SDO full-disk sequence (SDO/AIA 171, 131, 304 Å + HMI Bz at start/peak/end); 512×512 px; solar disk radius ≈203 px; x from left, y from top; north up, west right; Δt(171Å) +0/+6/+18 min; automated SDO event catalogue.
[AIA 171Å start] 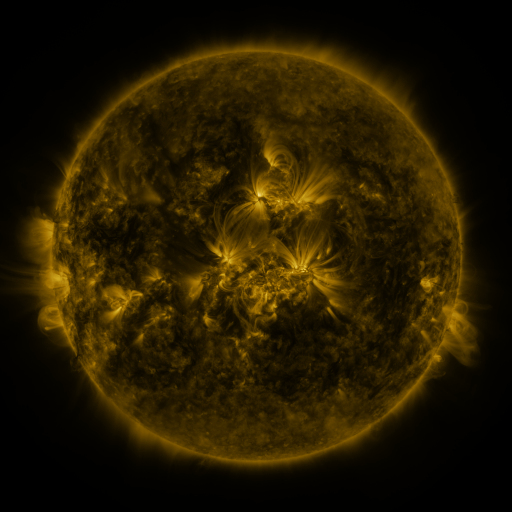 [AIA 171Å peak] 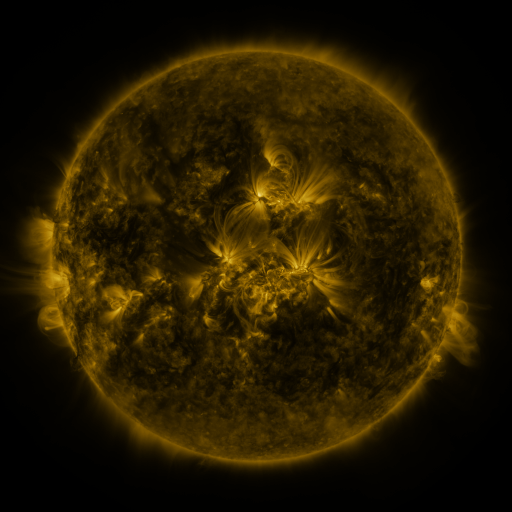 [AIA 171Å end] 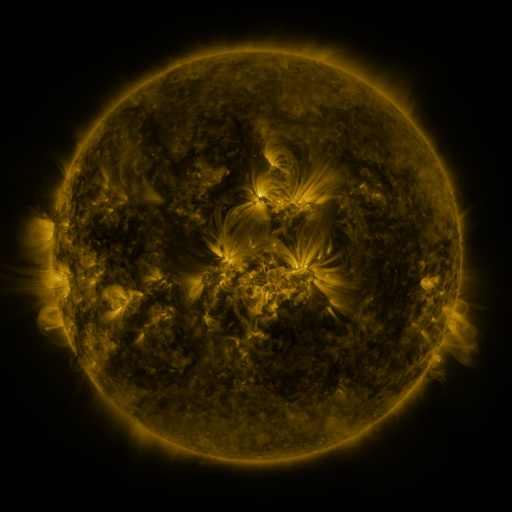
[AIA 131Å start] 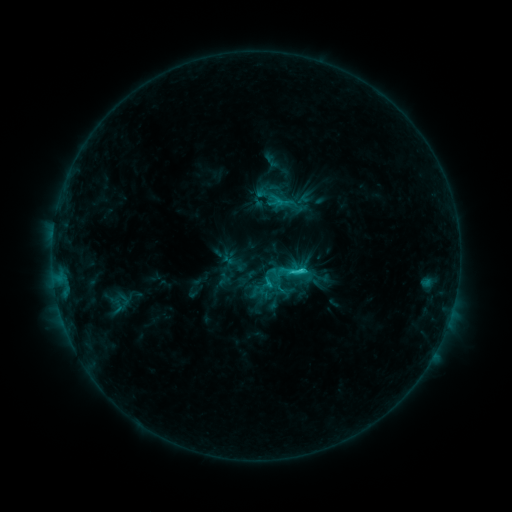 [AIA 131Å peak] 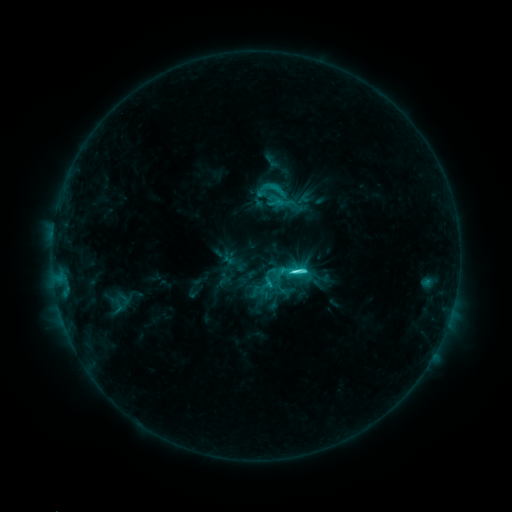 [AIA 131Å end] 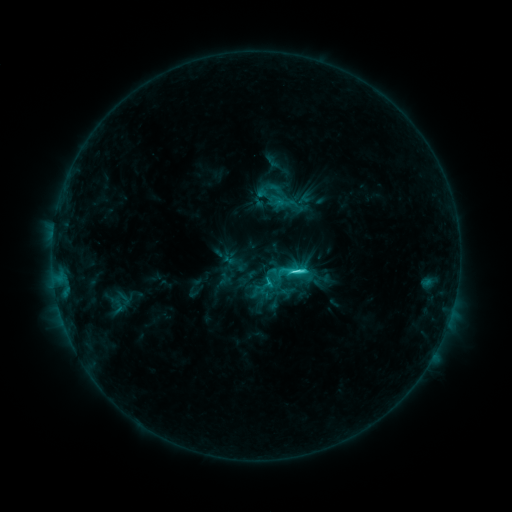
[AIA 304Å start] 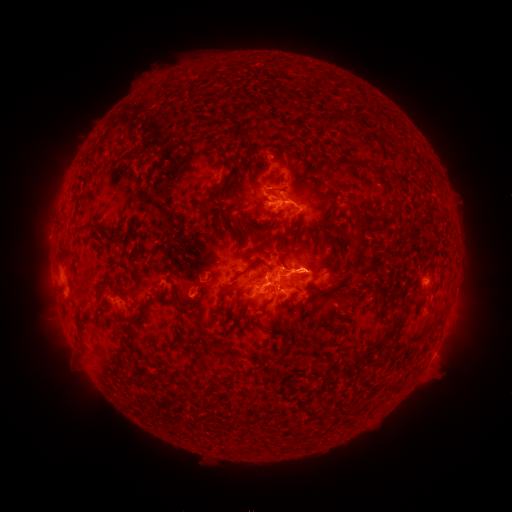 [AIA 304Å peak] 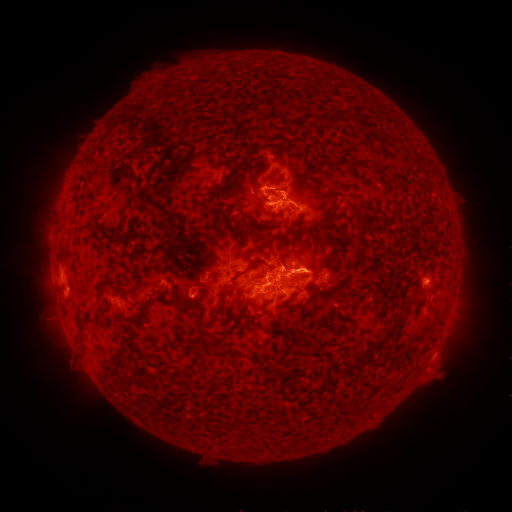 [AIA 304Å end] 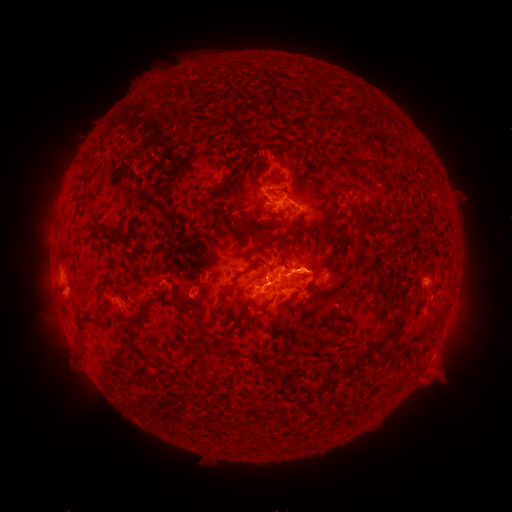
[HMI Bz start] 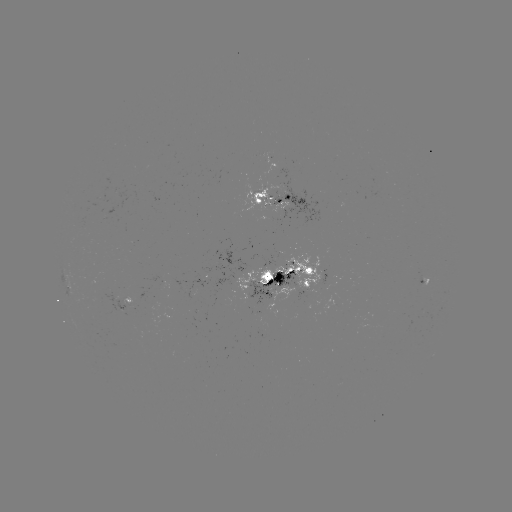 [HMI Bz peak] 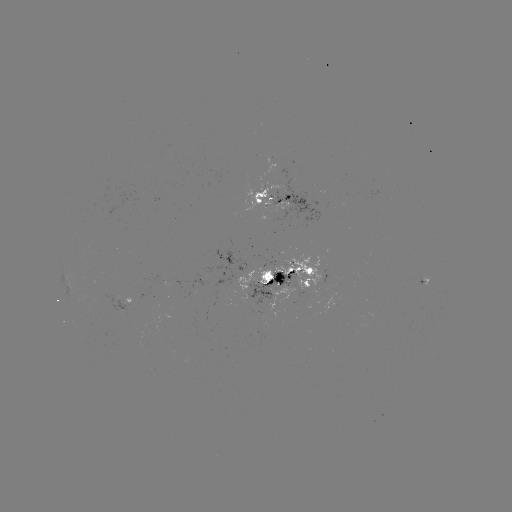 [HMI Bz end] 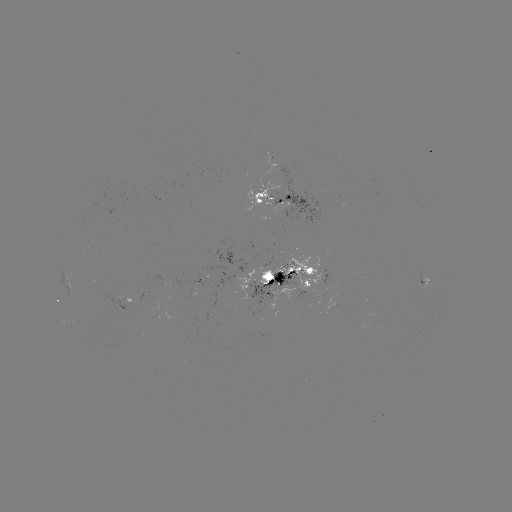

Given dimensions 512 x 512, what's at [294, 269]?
C6.9 flare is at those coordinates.